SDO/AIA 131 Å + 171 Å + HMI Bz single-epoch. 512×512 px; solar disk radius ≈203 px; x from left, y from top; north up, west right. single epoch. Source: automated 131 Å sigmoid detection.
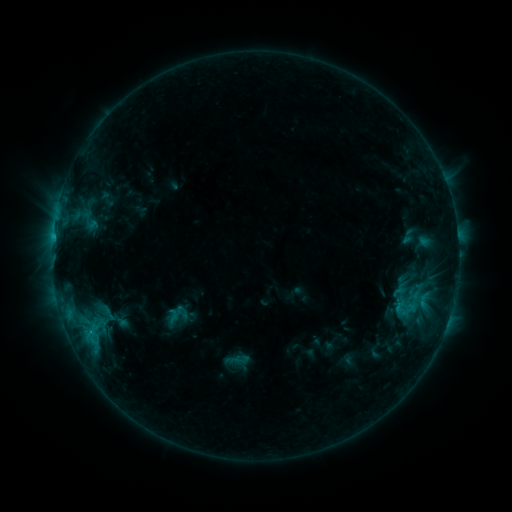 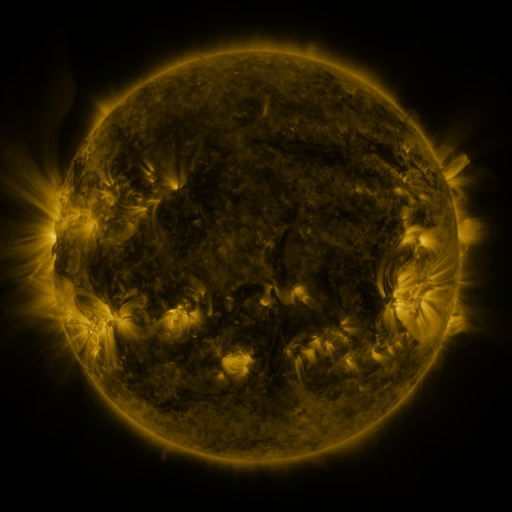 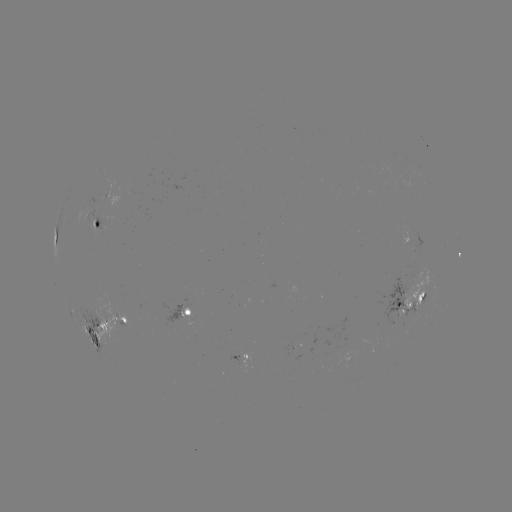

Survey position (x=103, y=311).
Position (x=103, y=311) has sigmoid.